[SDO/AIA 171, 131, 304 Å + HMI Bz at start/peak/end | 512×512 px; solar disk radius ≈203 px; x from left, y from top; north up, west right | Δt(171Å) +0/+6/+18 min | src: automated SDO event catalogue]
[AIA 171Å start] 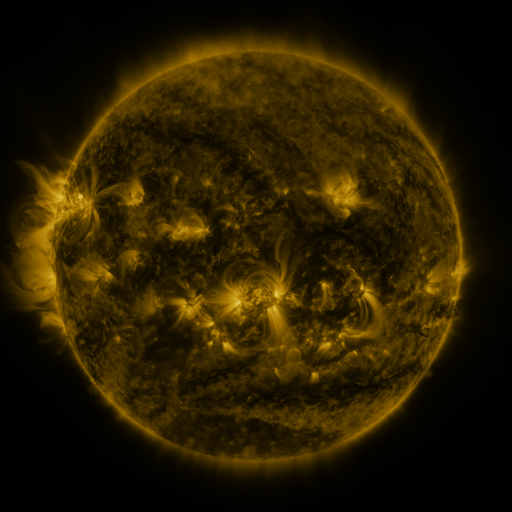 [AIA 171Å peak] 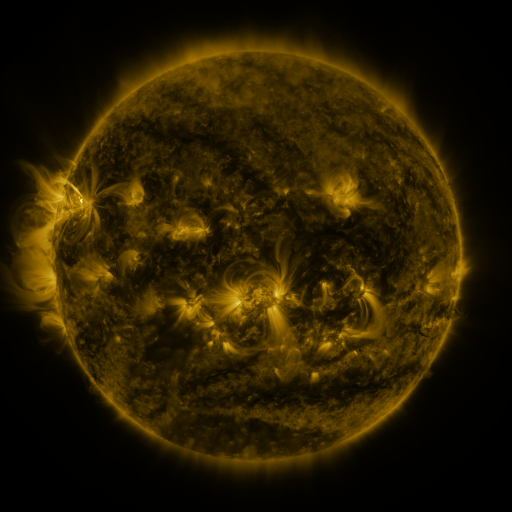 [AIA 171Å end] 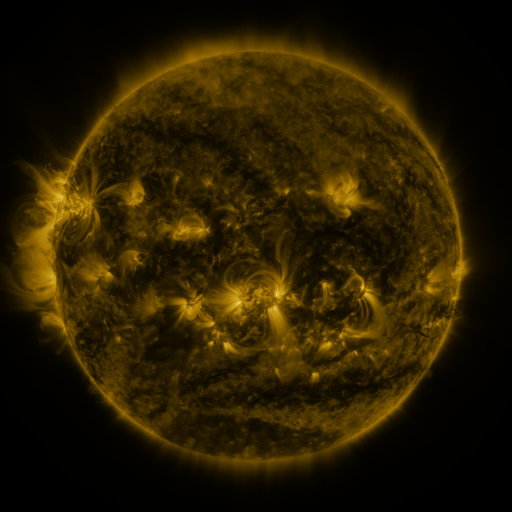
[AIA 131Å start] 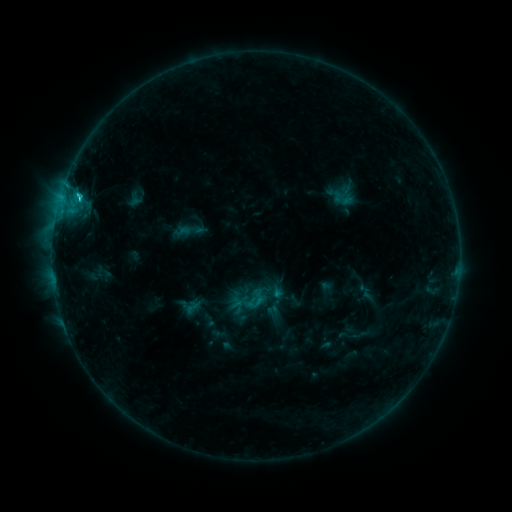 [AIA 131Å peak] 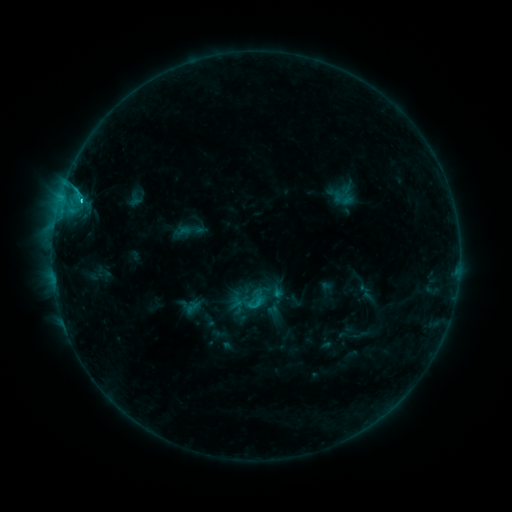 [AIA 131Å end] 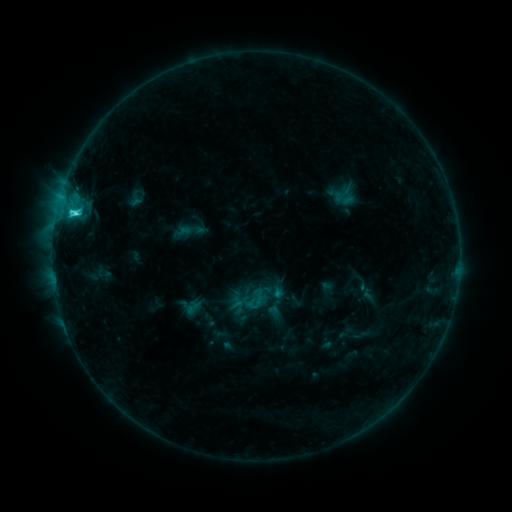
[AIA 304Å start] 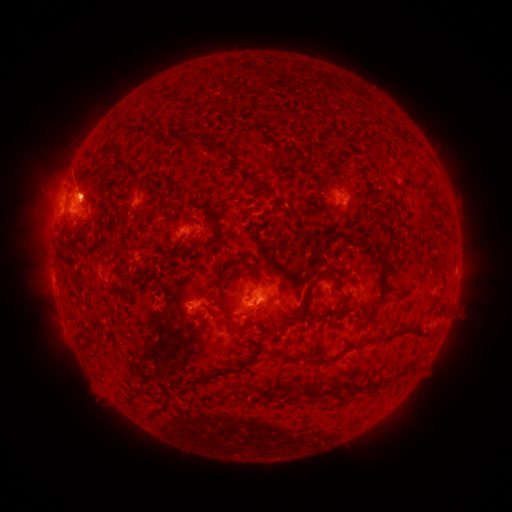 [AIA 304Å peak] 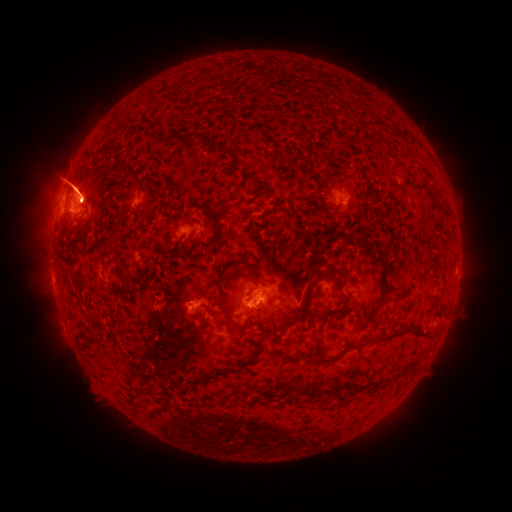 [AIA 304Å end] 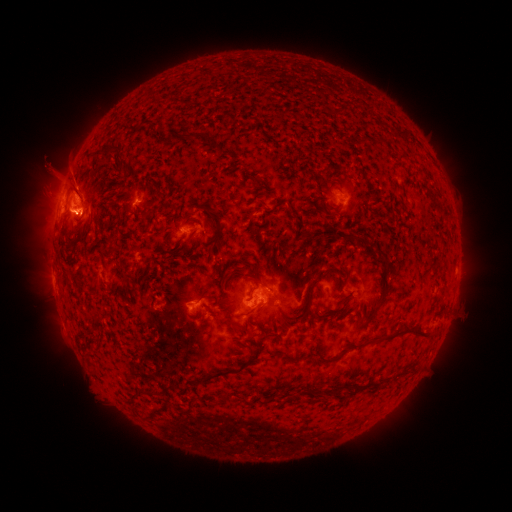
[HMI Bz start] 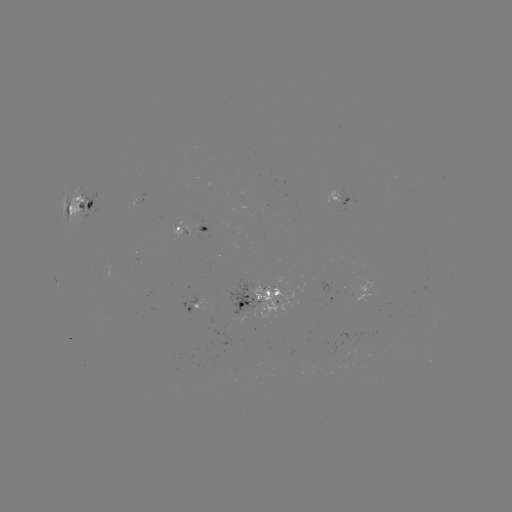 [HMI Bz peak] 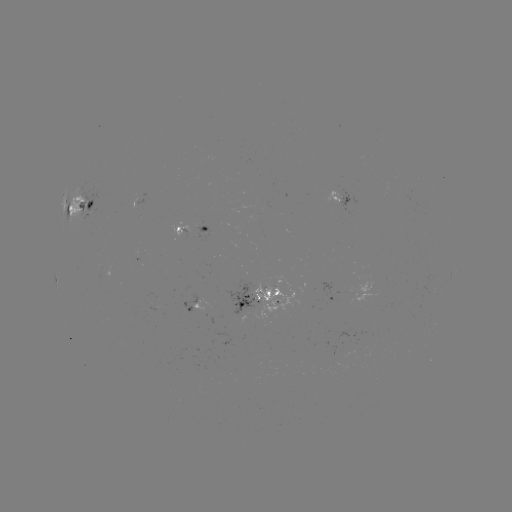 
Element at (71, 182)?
eruption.